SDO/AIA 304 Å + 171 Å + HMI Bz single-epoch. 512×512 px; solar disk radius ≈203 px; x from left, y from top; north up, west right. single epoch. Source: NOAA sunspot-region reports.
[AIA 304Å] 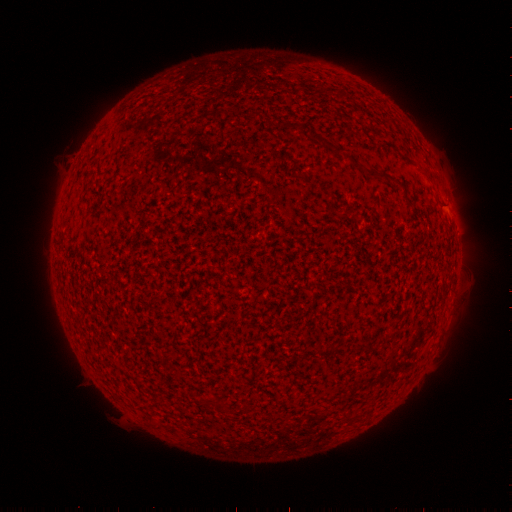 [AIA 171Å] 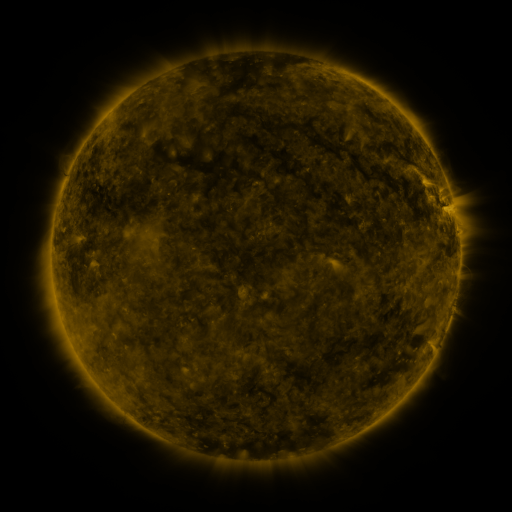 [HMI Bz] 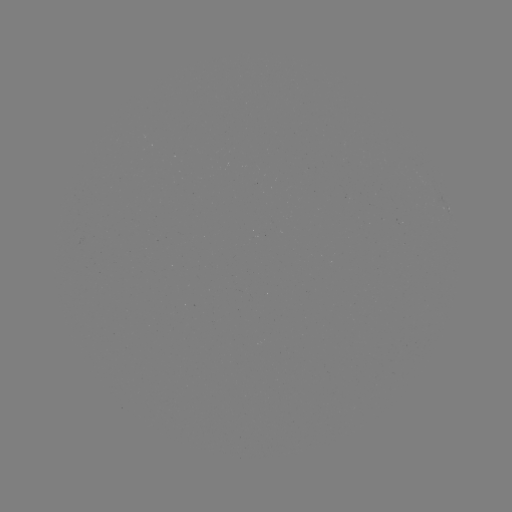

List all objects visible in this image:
spotted active region: (449, 210)
